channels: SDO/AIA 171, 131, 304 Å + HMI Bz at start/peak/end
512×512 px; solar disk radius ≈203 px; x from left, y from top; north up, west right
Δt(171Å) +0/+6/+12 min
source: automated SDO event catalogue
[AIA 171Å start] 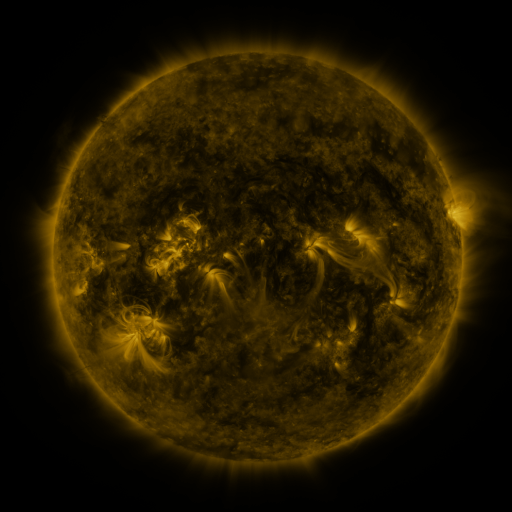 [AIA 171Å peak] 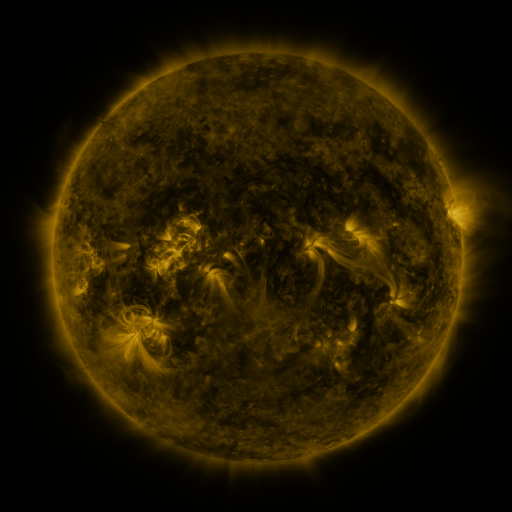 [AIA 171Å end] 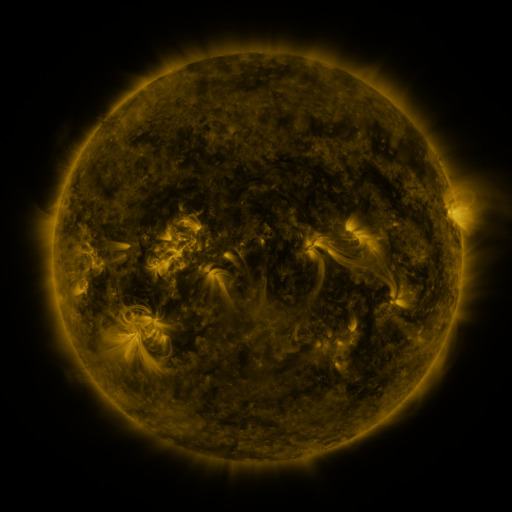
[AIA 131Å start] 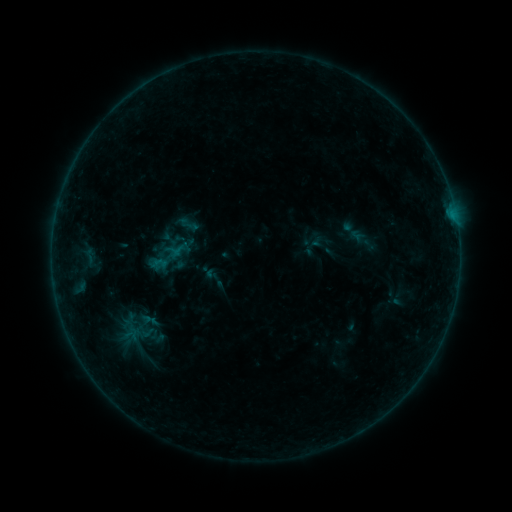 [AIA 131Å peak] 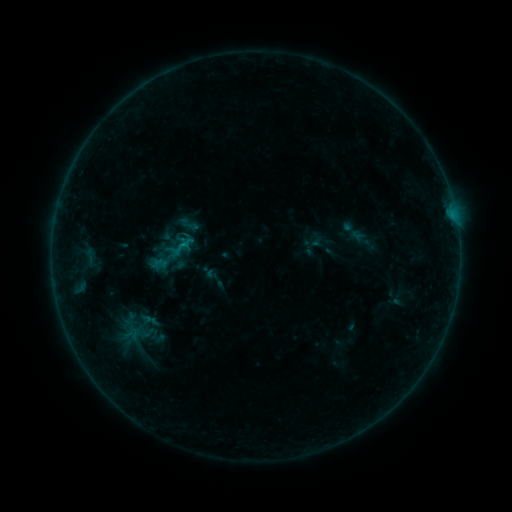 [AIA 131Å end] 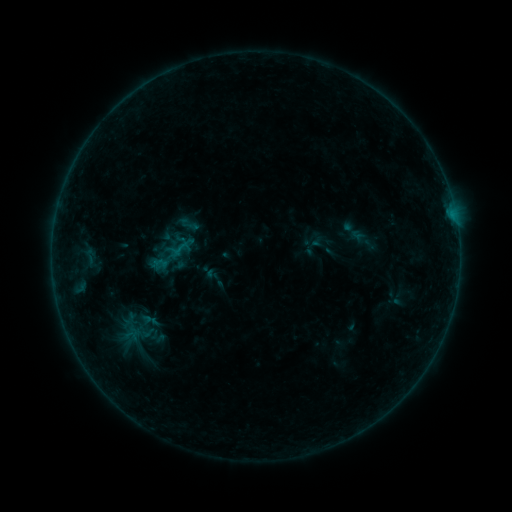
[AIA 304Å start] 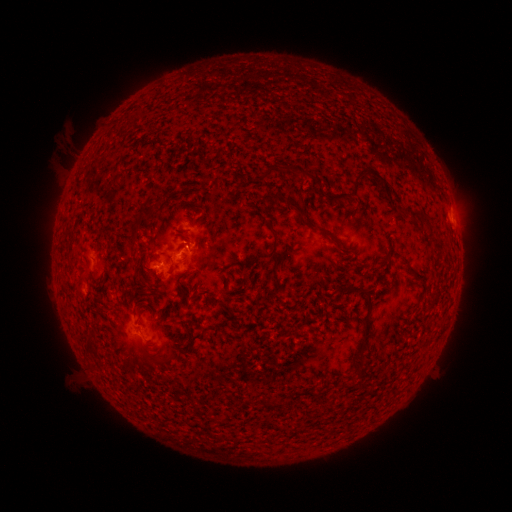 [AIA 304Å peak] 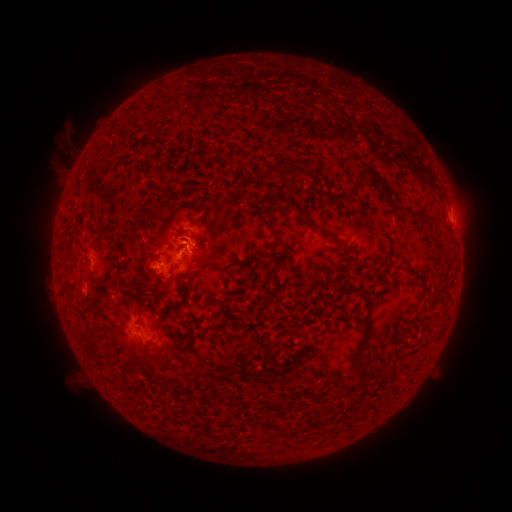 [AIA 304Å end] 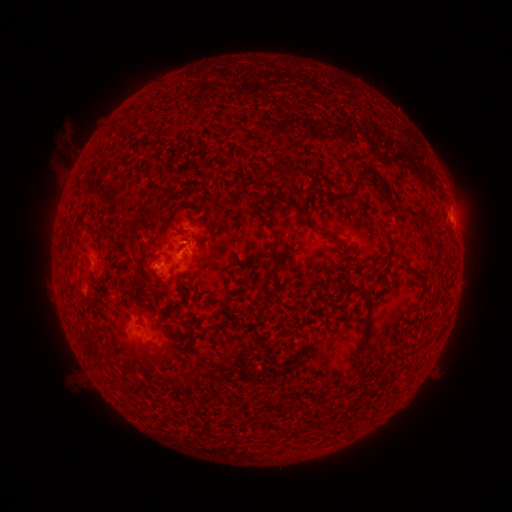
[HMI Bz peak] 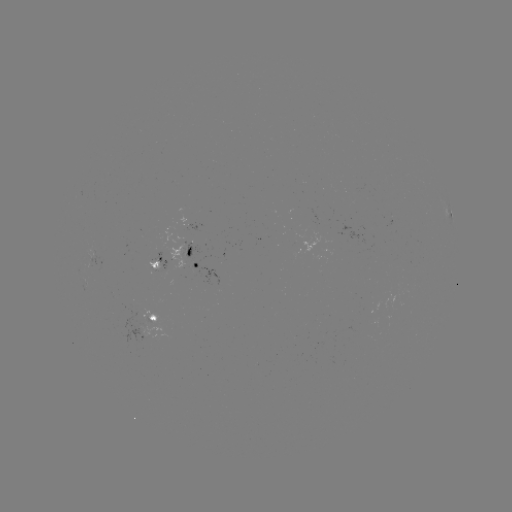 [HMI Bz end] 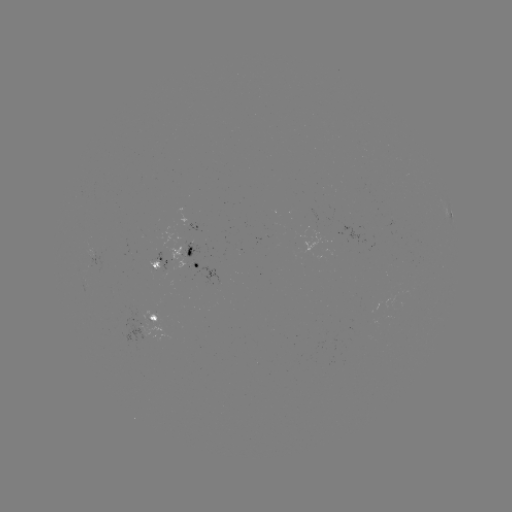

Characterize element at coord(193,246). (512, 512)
B4.5 flare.